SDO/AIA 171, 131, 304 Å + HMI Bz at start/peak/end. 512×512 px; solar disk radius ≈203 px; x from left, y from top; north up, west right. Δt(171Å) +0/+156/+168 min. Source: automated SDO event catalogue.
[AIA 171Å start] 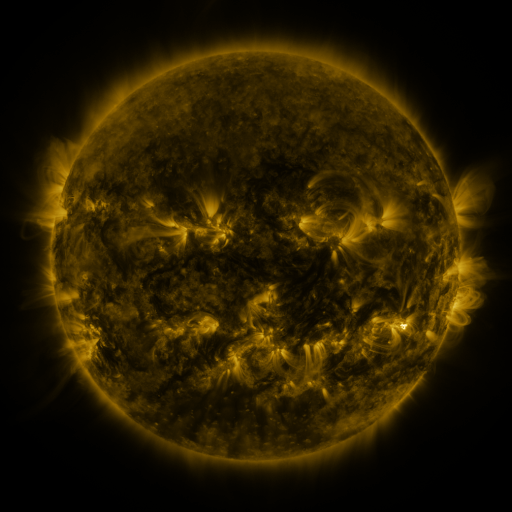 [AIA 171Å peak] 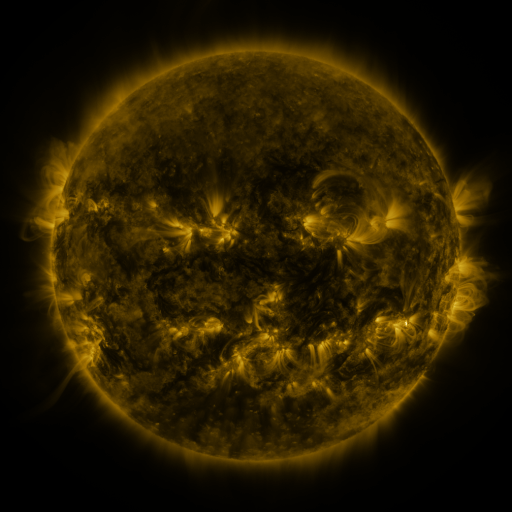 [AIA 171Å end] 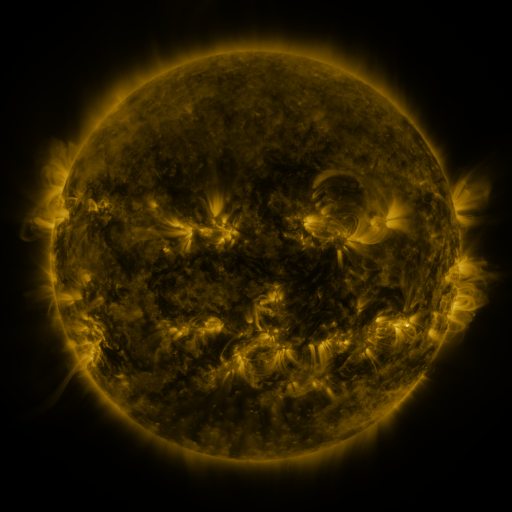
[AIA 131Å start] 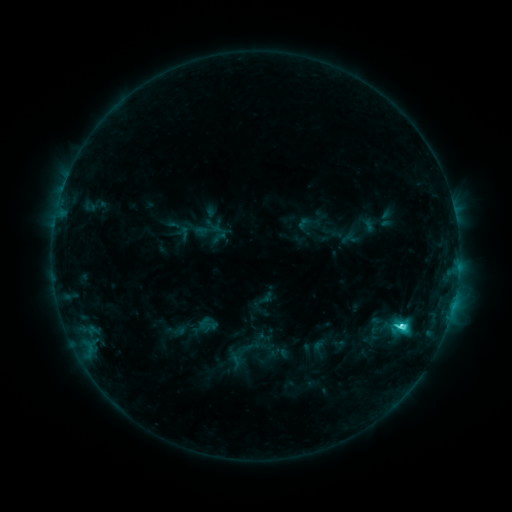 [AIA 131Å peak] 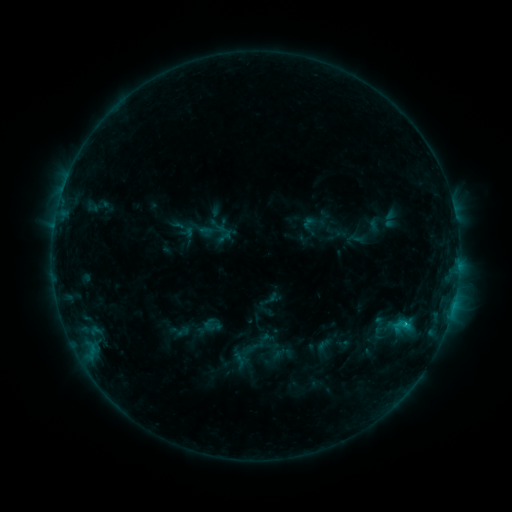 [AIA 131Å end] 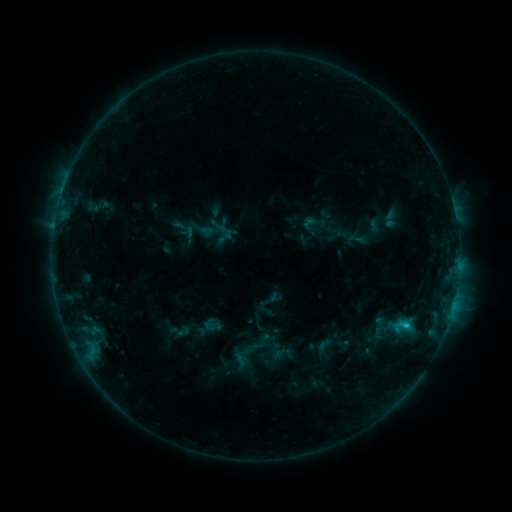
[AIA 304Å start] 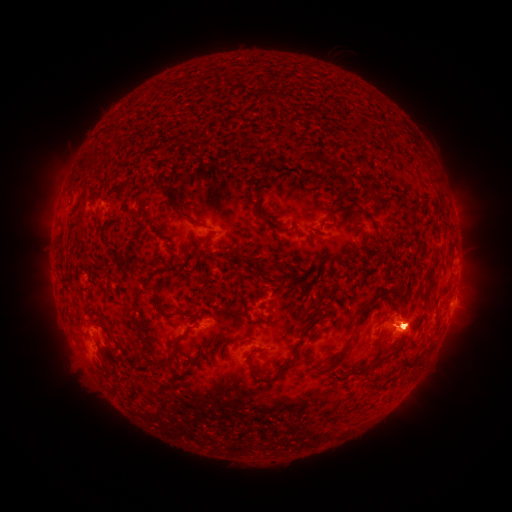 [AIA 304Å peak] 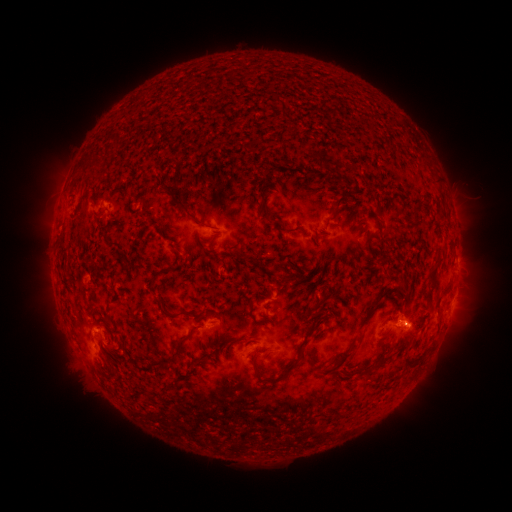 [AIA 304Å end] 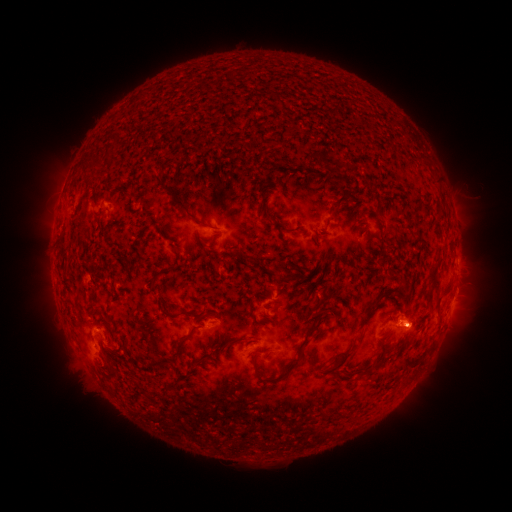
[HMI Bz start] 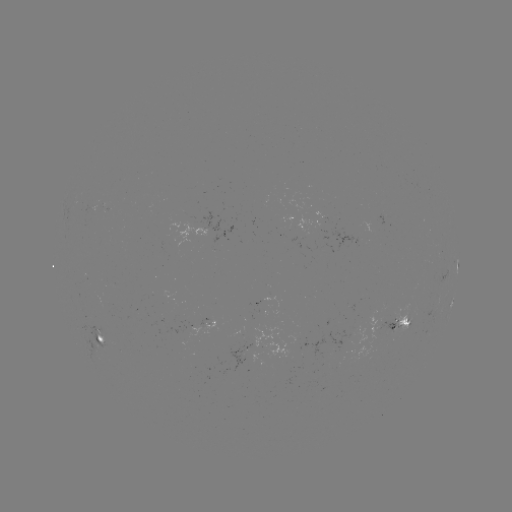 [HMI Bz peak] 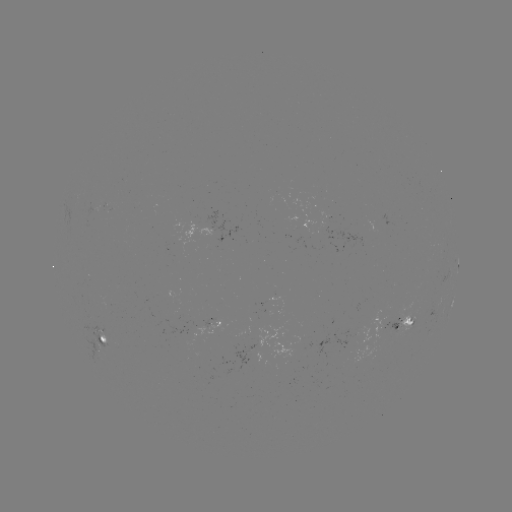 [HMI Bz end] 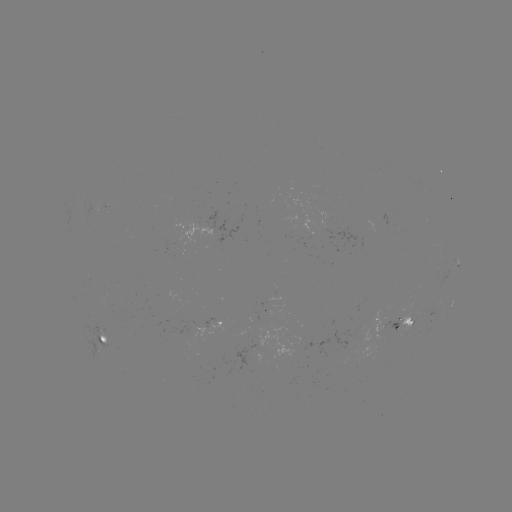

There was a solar emerging-flux region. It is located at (397, 330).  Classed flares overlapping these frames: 3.